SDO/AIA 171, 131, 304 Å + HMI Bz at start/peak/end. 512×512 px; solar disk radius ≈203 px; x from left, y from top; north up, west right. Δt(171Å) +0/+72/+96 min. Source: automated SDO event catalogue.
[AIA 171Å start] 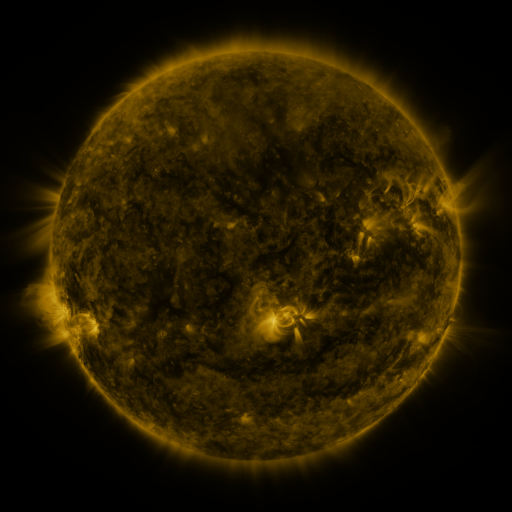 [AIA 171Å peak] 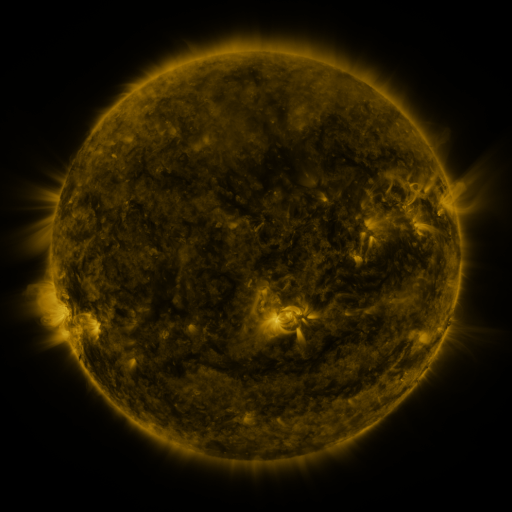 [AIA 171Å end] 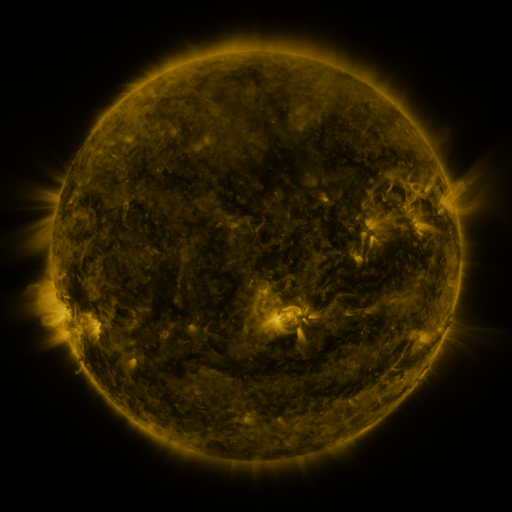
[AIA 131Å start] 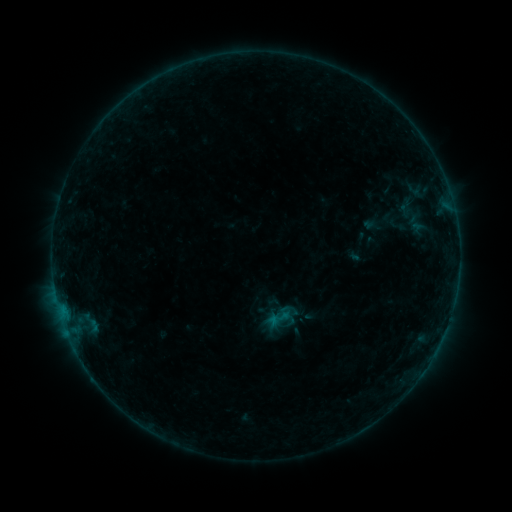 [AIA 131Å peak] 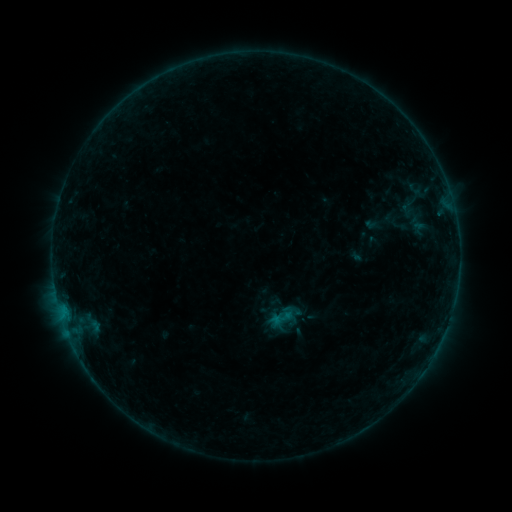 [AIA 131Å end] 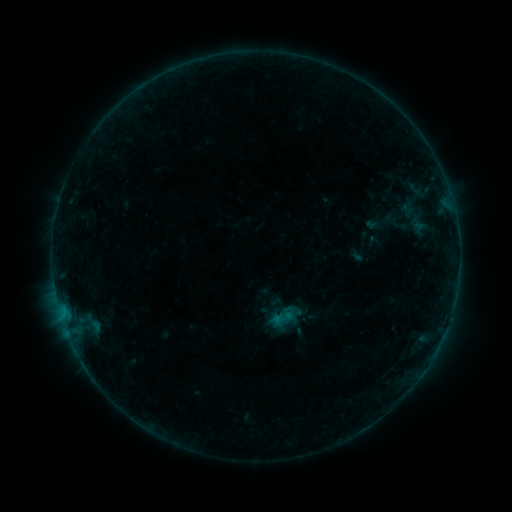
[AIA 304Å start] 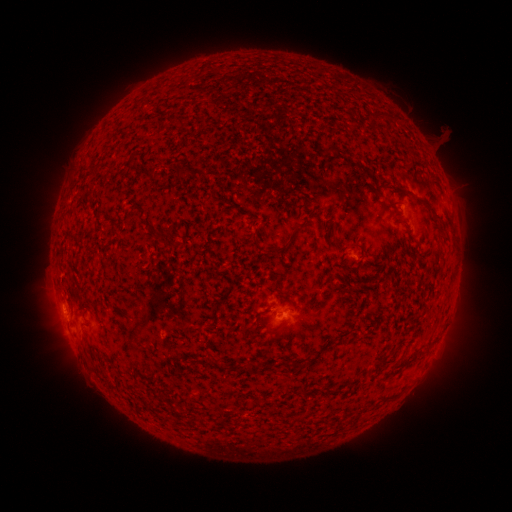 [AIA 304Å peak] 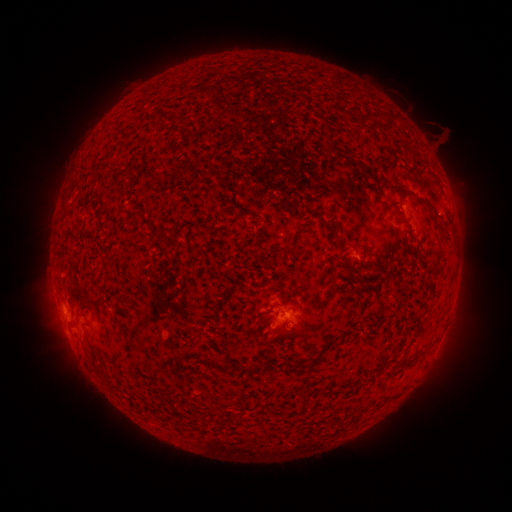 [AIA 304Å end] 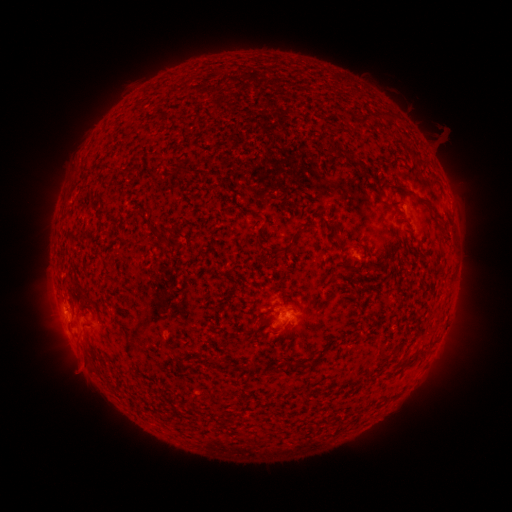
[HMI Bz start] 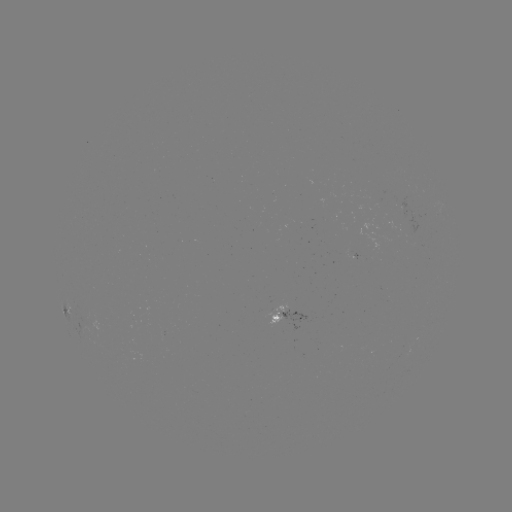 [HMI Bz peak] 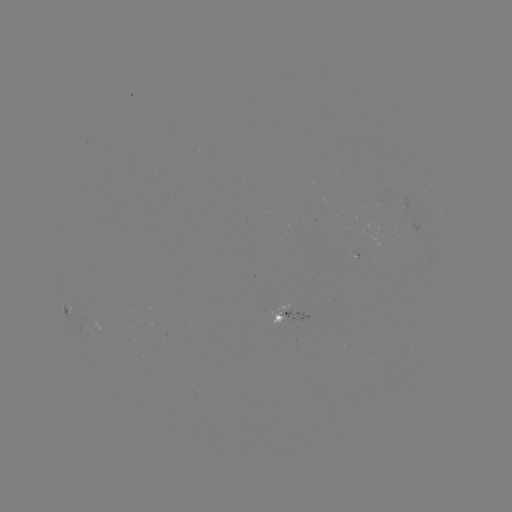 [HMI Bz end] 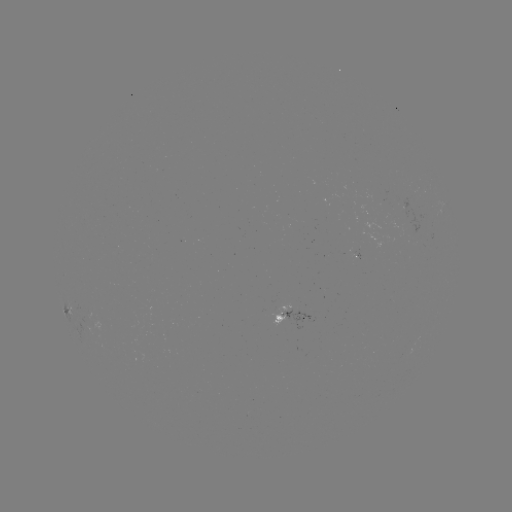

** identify emerging-flux region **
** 278,307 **